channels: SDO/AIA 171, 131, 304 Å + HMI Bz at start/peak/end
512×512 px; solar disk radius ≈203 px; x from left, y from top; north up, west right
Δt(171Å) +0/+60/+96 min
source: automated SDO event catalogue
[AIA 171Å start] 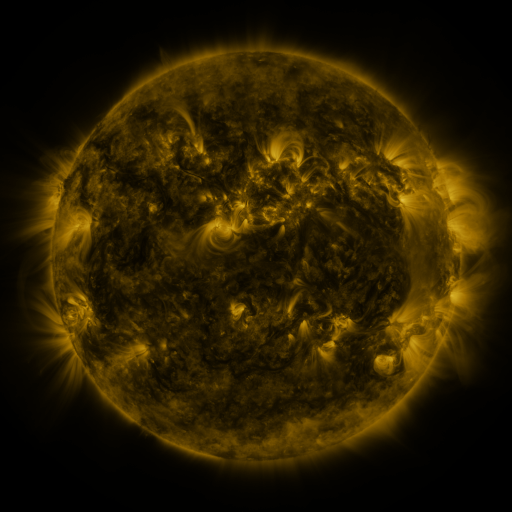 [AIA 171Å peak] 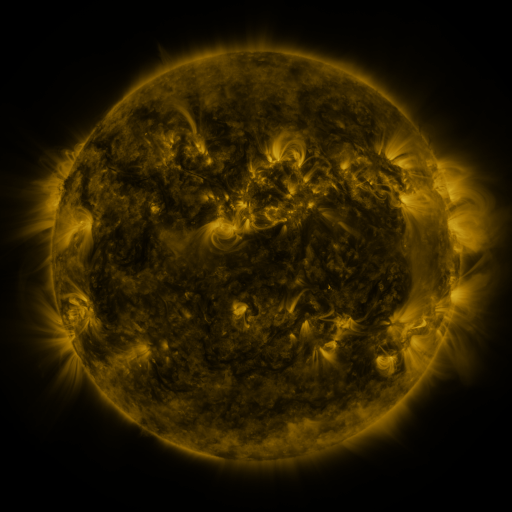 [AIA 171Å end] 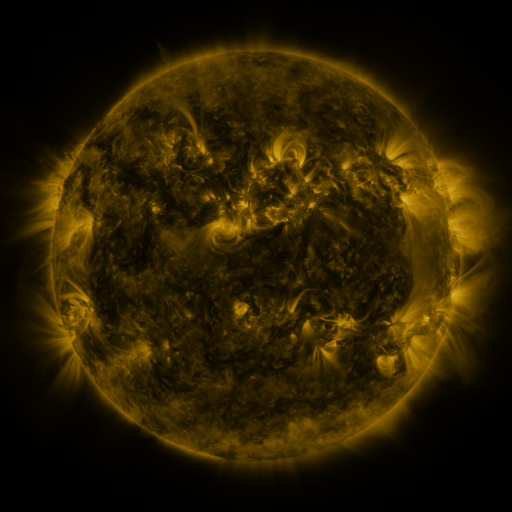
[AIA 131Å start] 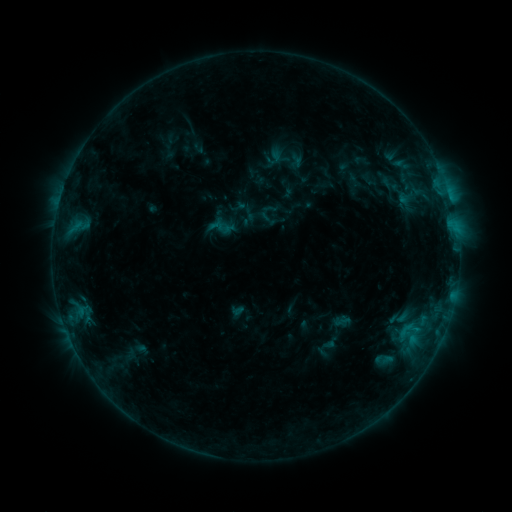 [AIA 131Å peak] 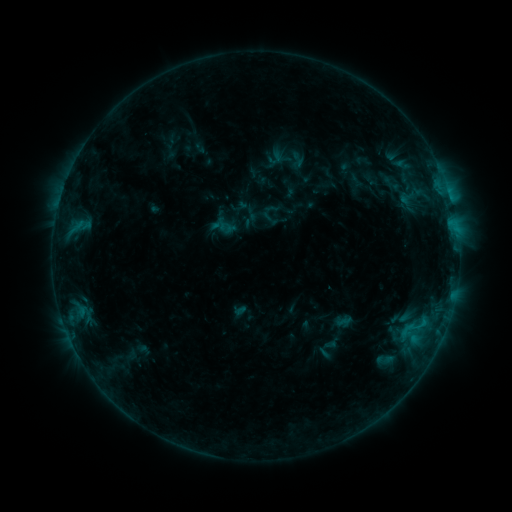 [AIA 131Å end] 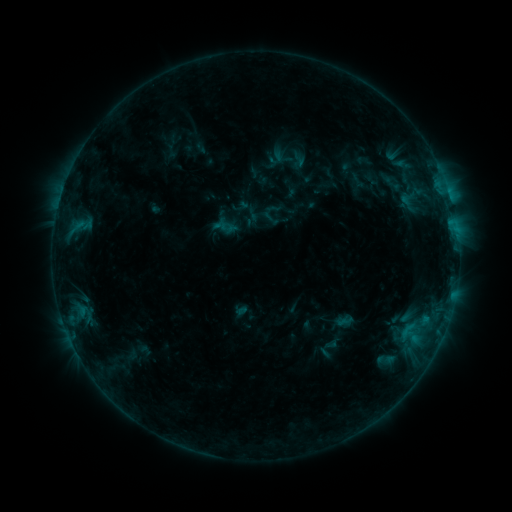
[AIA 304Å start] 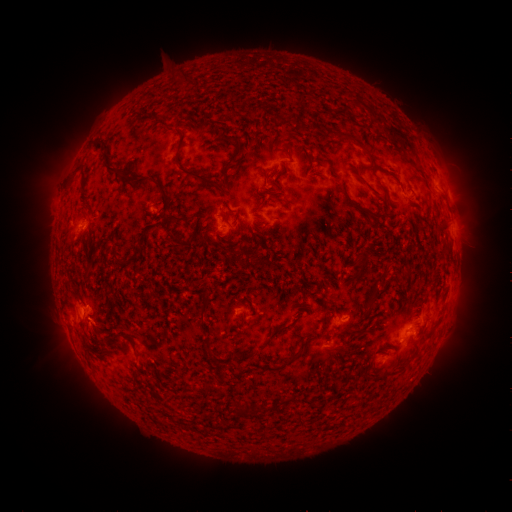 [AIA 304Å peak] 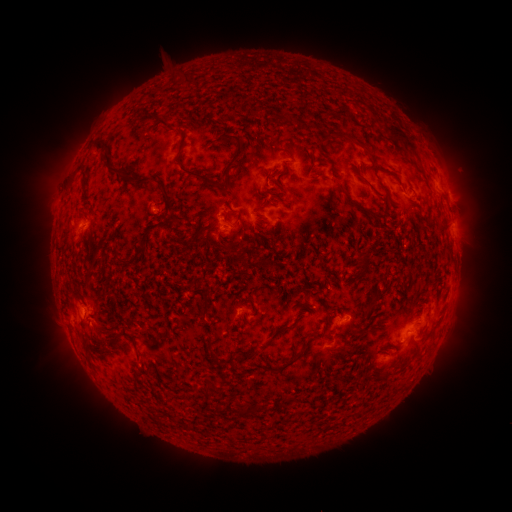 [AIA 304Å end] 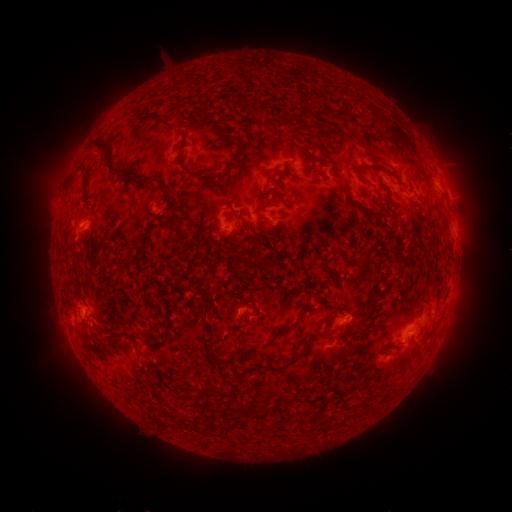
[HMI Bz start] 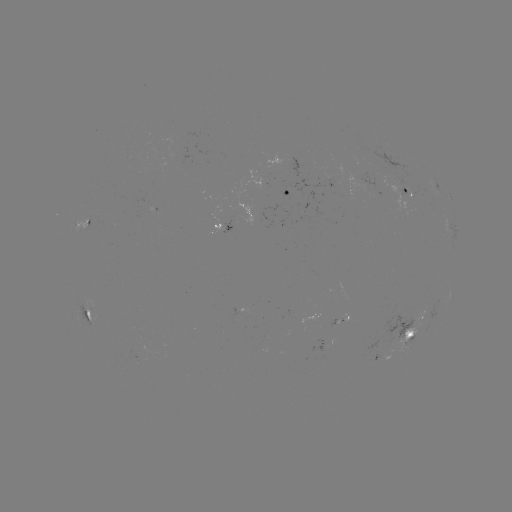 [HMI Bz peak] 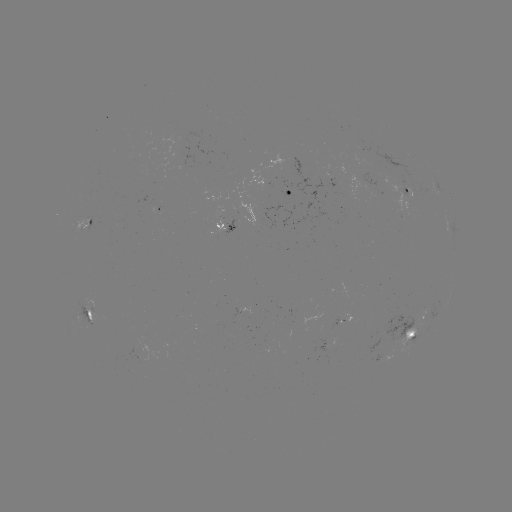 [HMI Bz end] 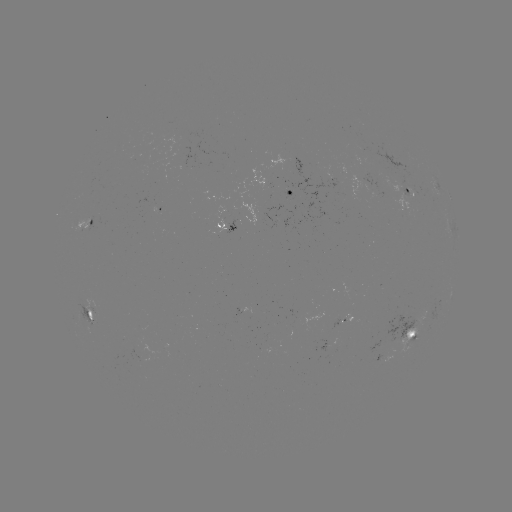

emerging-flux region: (350, 149, 371, 162)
